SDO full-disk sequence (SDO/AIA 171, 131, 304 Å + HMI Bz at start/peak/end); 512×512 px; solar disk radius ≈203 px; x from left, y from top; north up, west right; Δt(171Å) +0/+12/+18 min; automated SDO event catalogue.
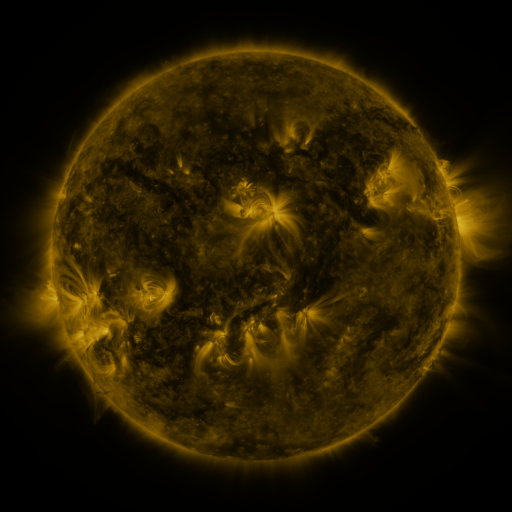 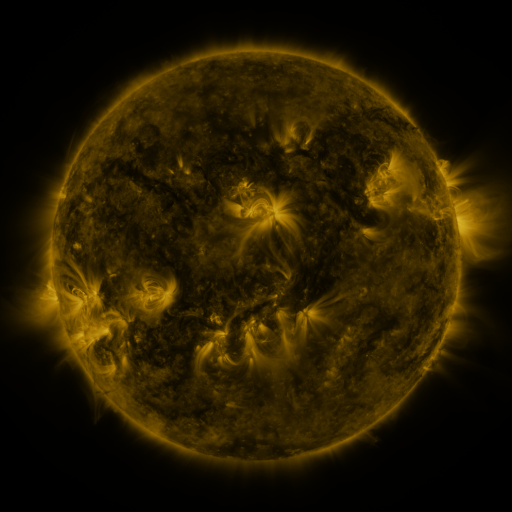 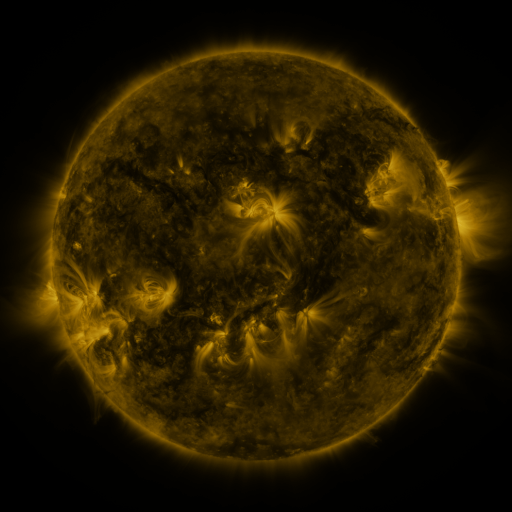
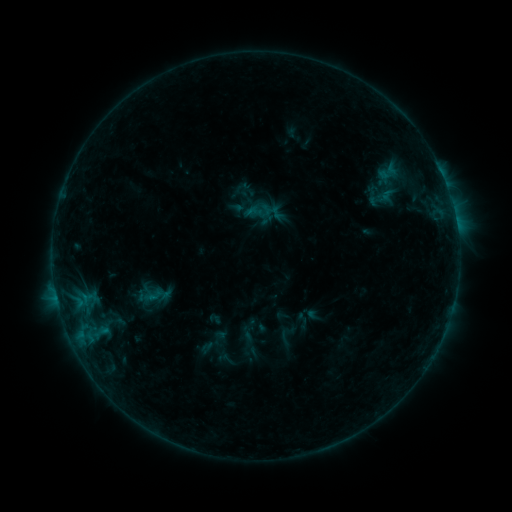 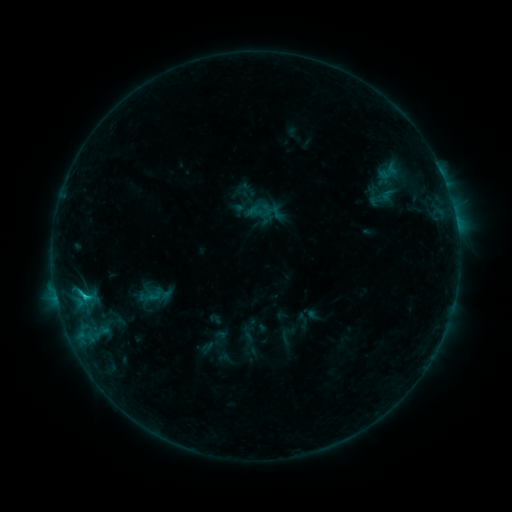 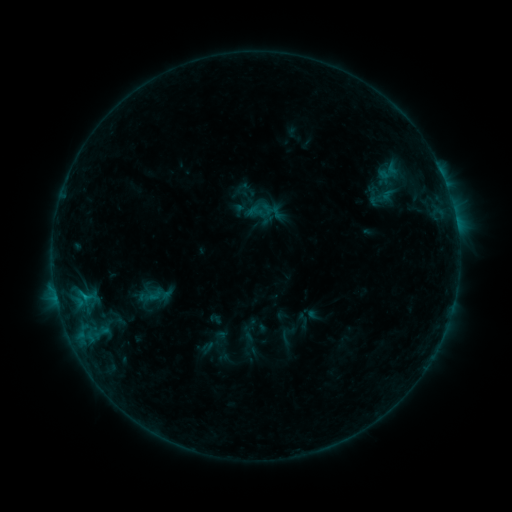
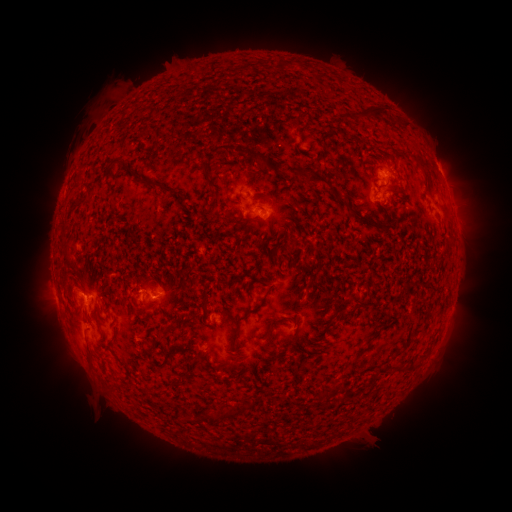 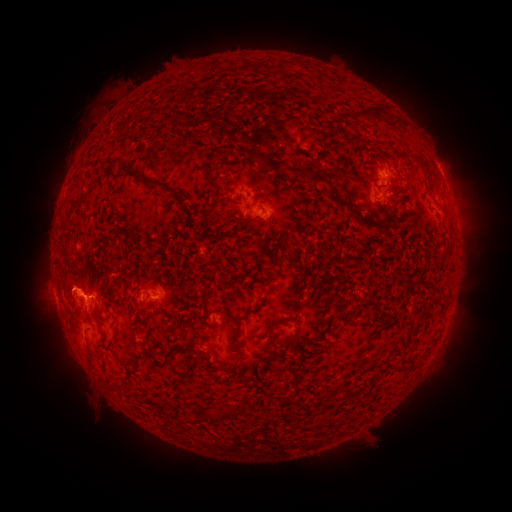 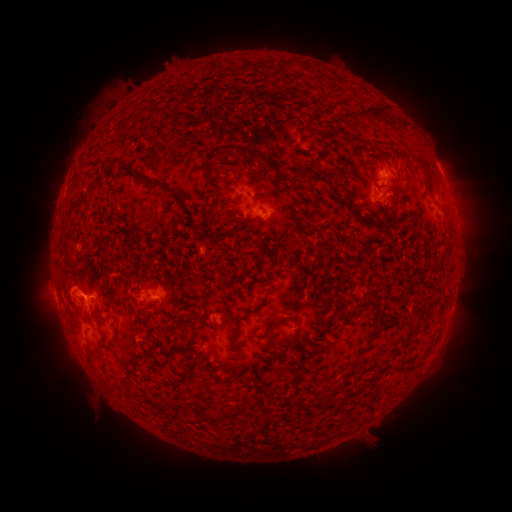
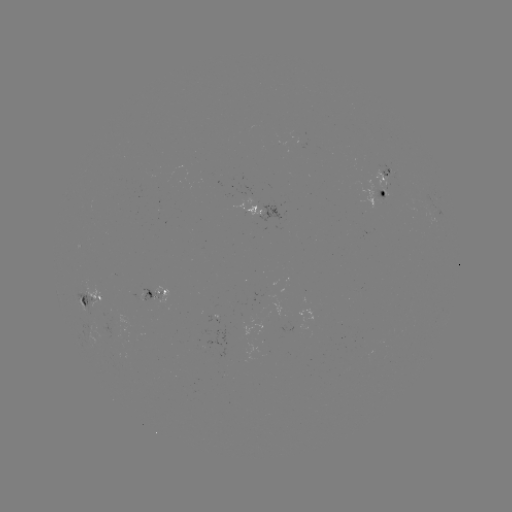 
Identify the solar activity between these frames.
B8.3 flare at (87, 296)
